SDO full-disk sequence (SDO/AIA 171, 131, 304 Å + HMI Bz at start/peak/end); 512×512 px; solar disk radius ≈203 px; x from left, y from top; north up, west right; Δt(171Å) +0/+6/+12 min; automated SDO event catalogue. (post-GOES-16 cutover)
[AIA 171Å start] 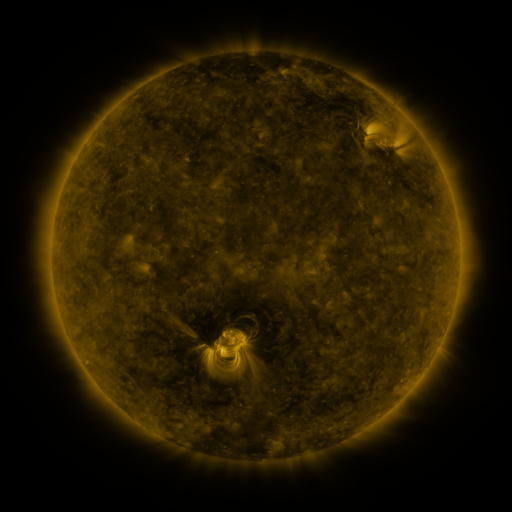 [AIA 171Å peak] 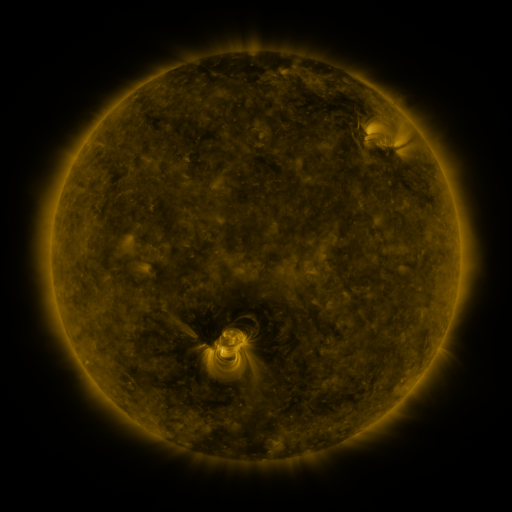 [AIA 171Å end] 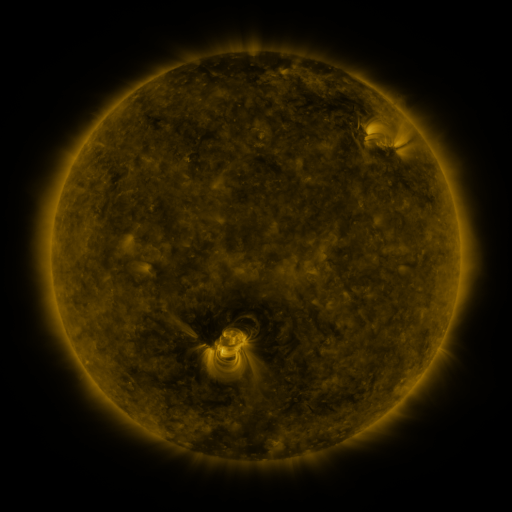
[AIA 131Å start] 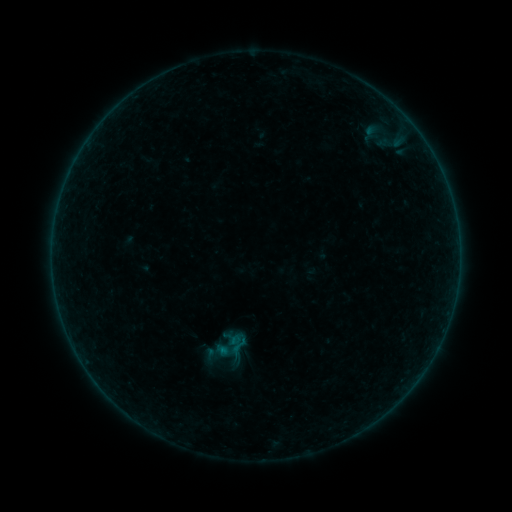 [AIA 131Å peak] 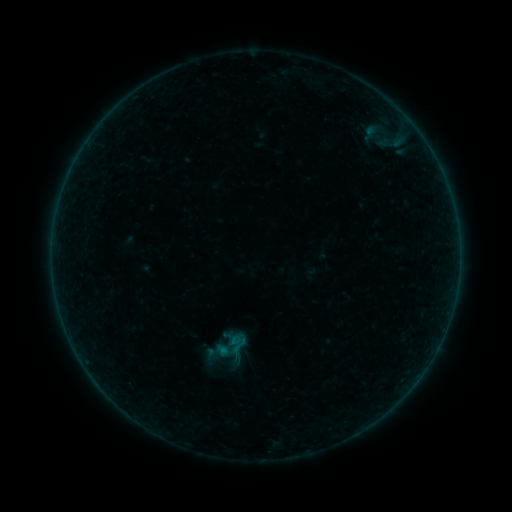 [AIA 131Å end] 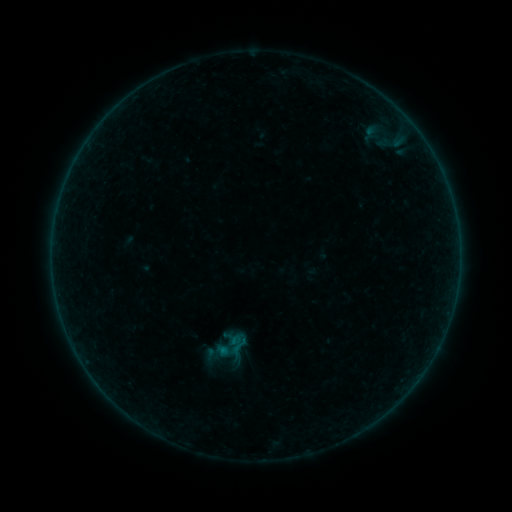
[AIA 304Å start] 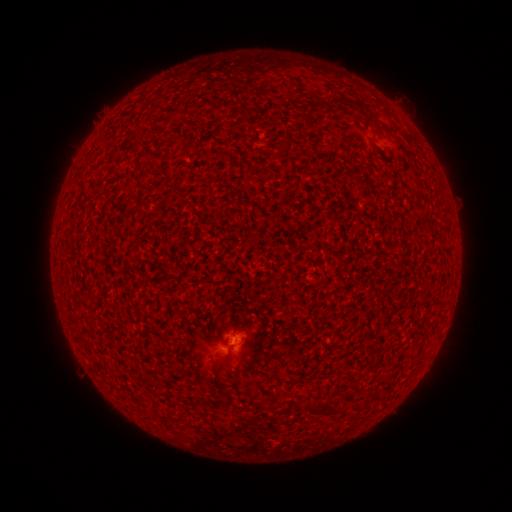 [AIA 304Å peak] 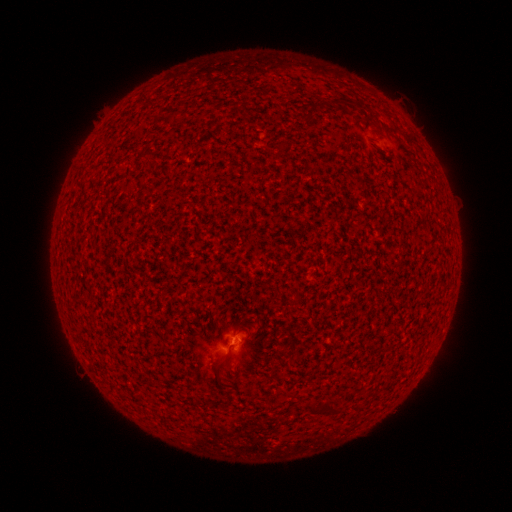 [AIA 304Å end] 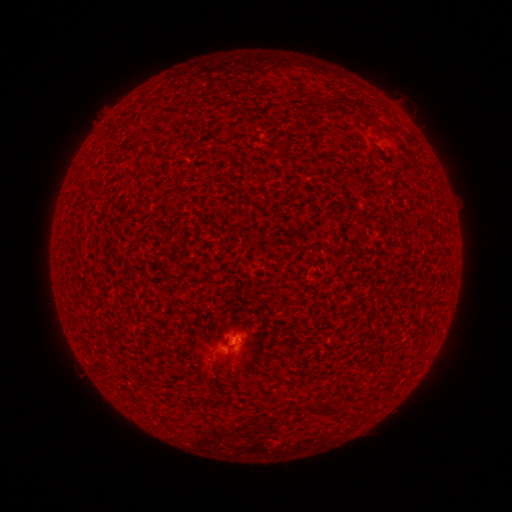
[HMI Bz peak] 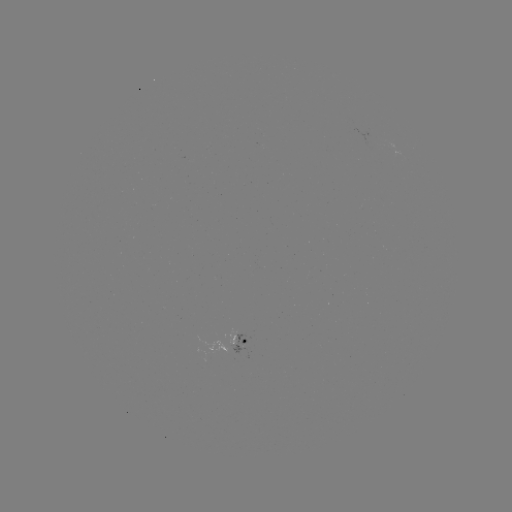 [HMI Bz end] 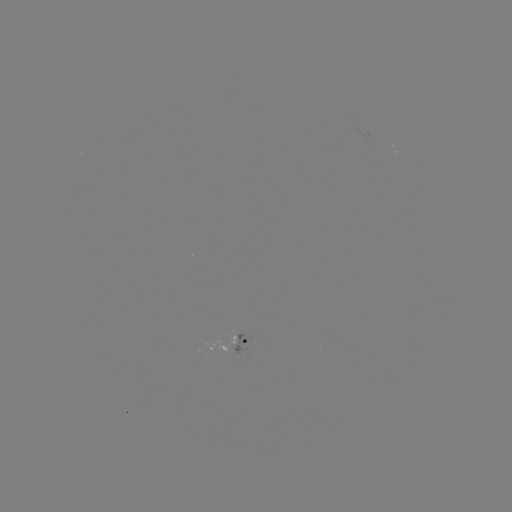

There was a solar flare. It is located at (236, 340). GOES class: A7.2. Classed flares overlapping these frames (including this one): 1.